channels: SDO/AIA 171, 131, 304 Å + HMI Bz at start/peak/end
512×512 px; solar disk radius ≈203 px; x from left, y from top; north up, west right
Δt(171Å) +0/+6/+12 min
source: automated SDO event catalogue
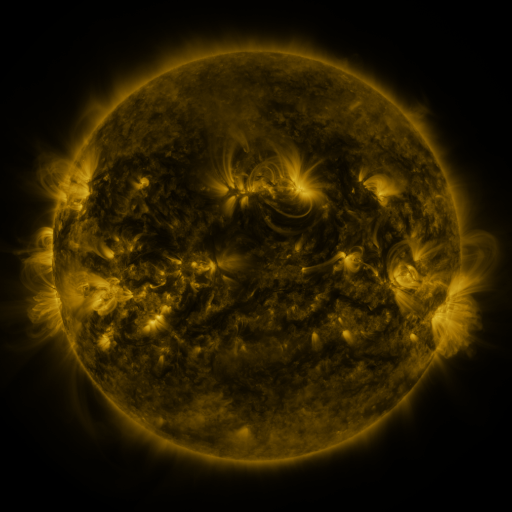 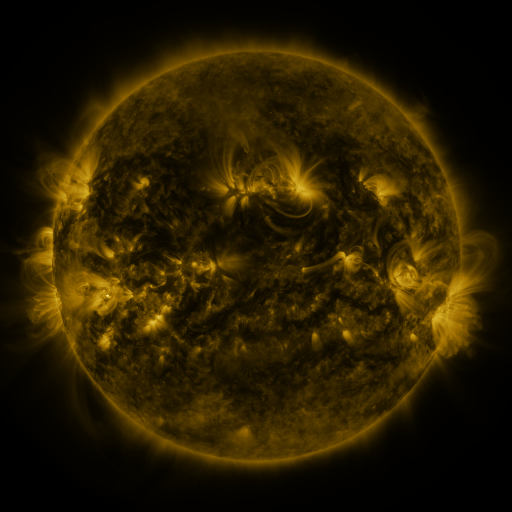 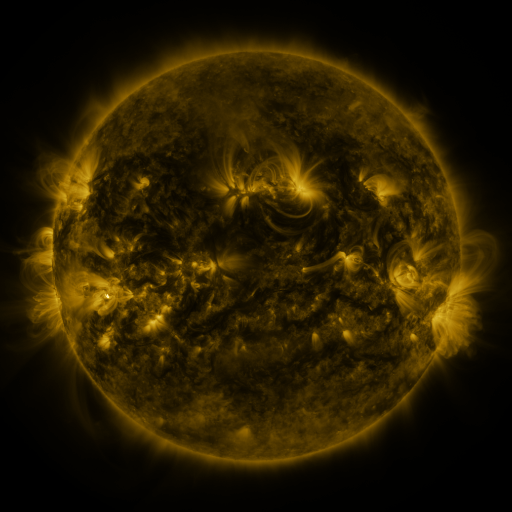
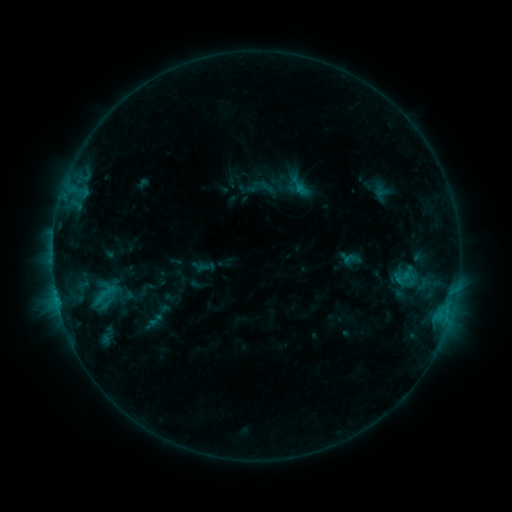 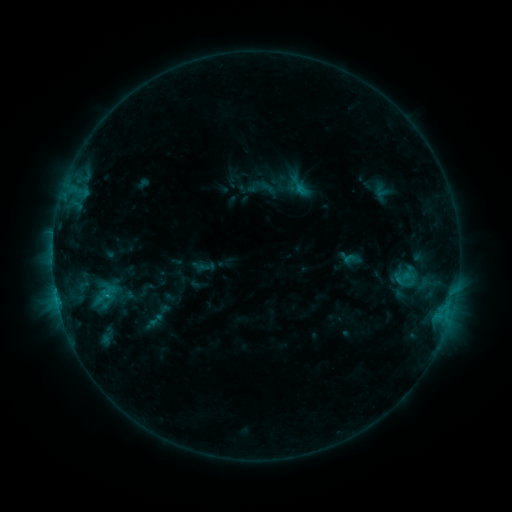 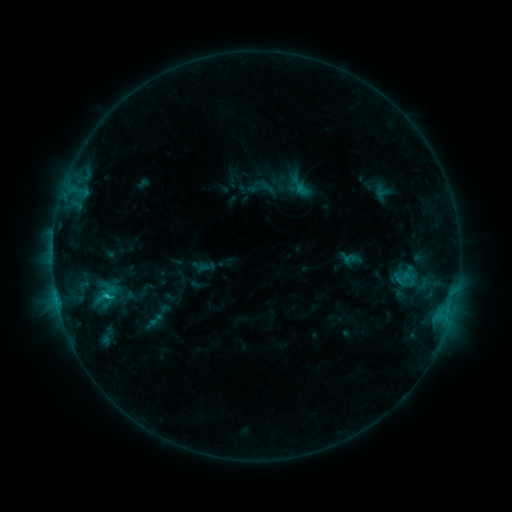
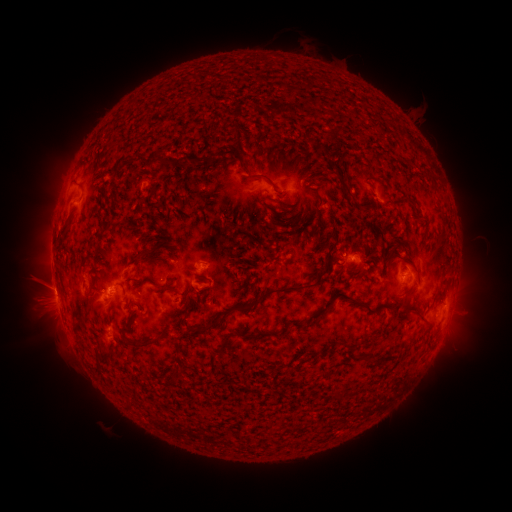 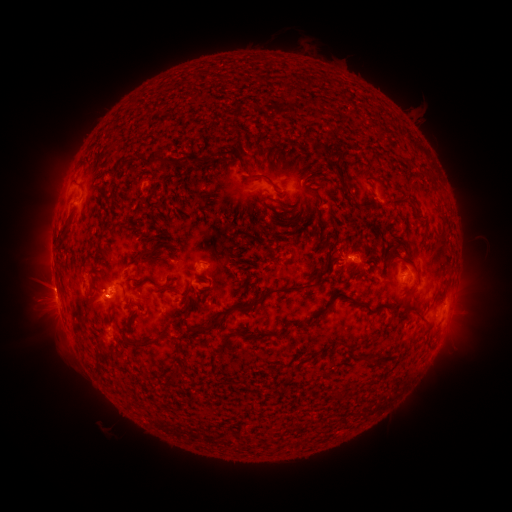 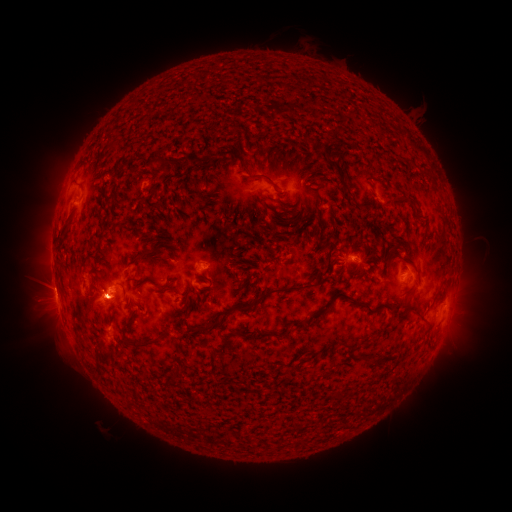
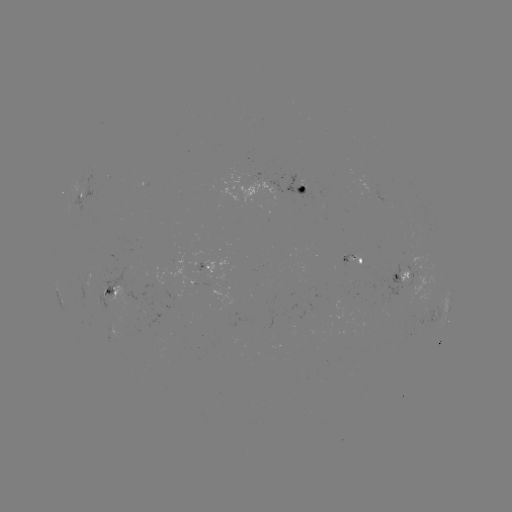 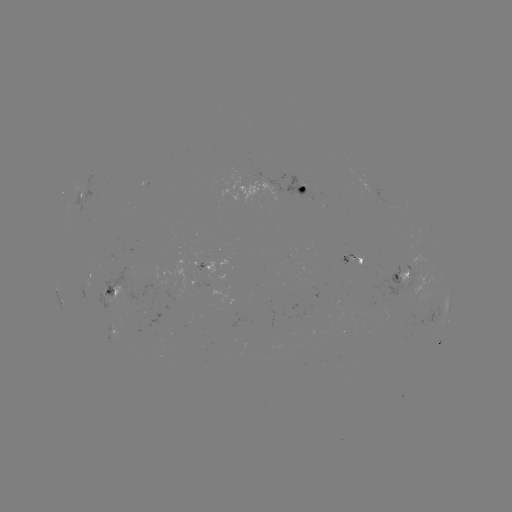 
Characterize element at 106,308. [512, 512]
eruption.